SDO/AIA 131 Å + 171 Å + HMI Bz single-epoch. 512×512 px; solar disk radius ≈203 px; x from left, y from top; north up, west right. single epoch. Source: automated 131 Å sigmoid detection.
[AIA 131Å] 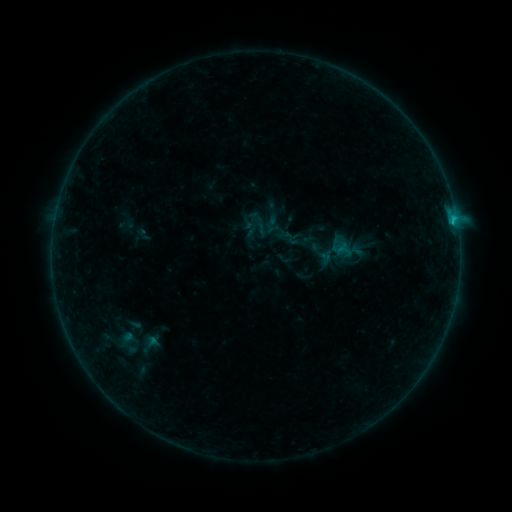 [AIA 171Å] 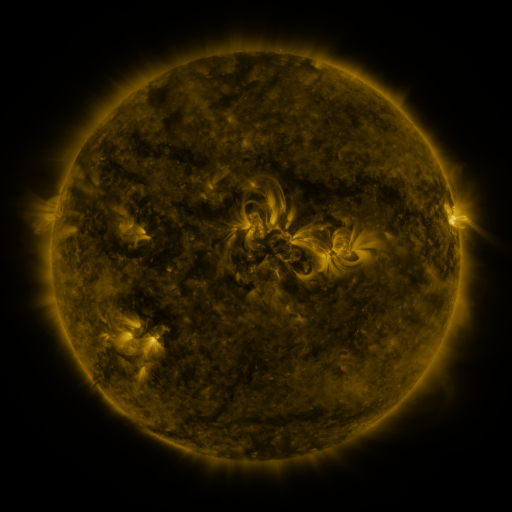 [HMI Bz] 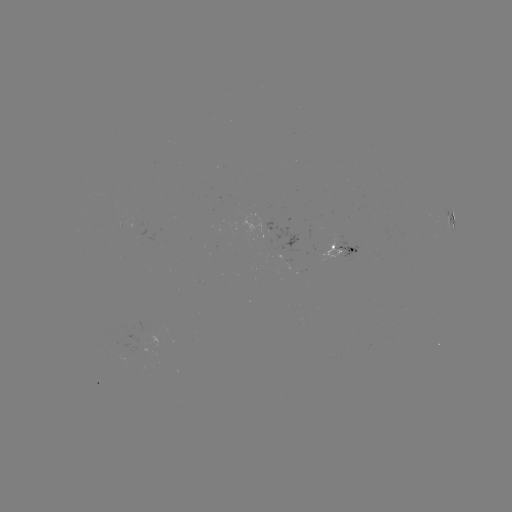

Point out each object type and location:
sigmoid: [282, 230, 300, 247]
